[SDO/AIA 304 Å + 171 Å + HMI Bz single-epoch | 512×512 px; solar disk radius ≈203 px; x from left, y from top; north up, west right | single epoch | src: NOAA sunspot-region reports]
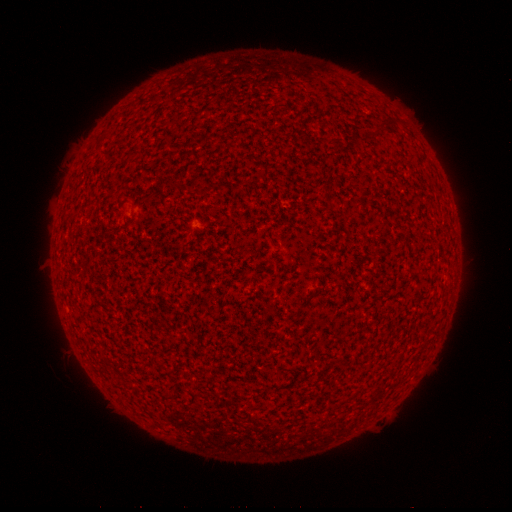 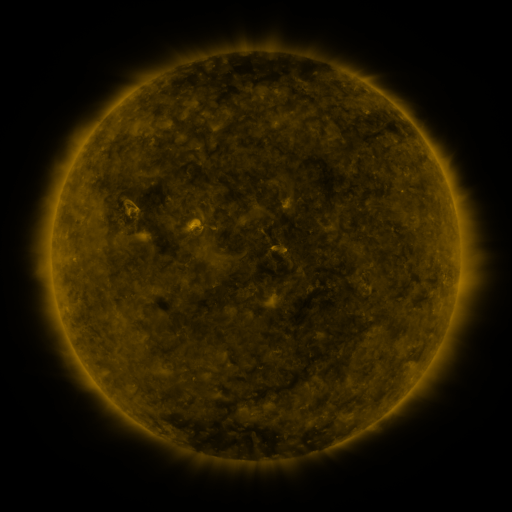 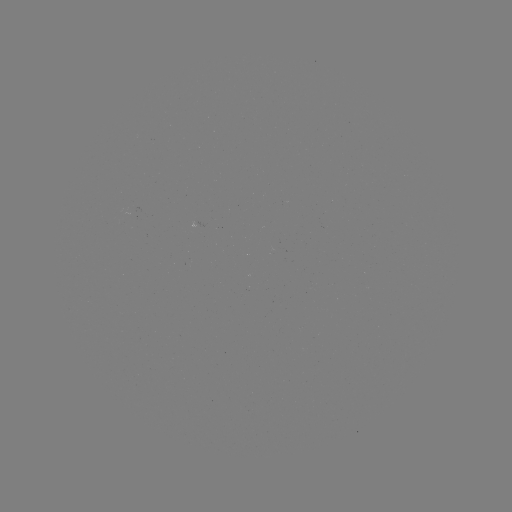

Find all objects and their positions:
spotted active region: (196, 225)
